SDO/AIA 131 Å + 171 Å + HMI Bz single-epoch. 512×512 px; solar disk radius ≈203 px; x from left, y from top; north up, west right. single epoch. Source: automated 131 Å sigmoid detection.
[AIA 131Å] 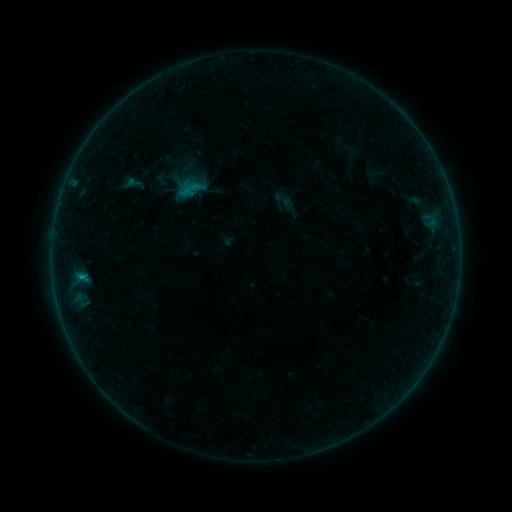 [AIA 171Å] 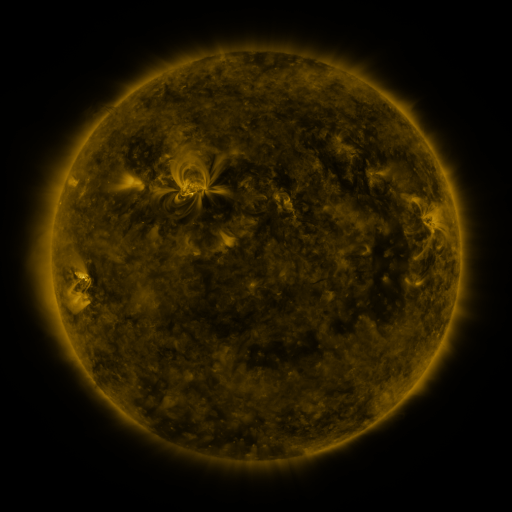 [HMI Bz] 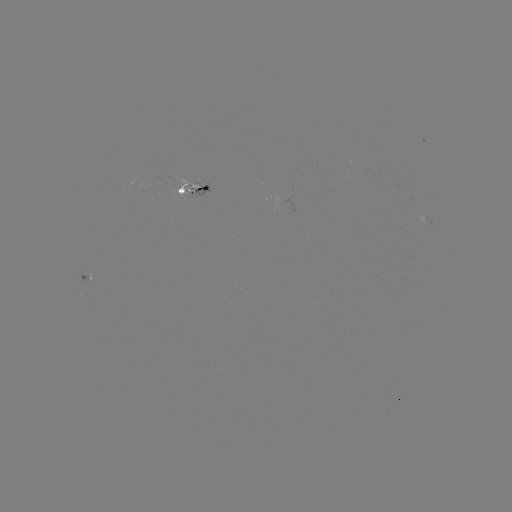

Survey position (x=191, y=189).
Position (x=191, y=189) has sigmoid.